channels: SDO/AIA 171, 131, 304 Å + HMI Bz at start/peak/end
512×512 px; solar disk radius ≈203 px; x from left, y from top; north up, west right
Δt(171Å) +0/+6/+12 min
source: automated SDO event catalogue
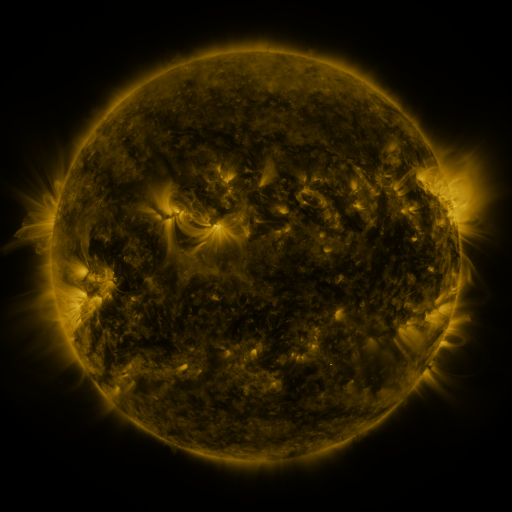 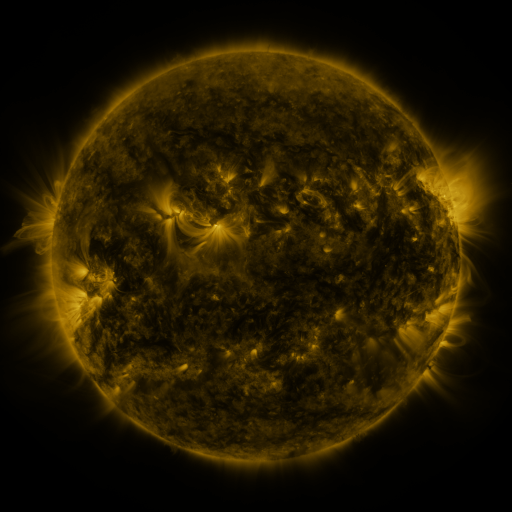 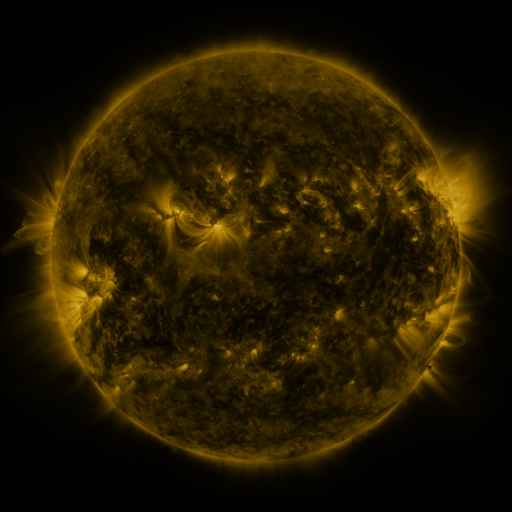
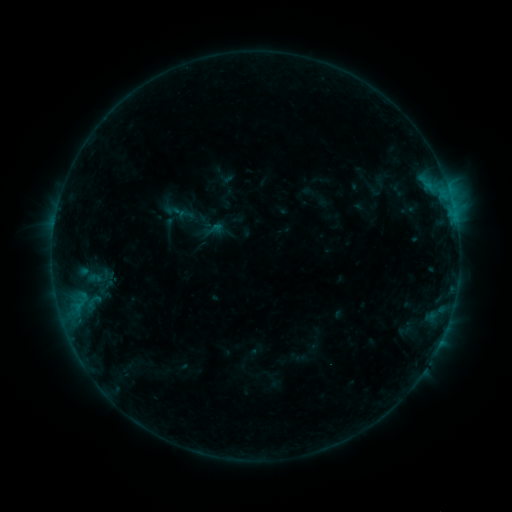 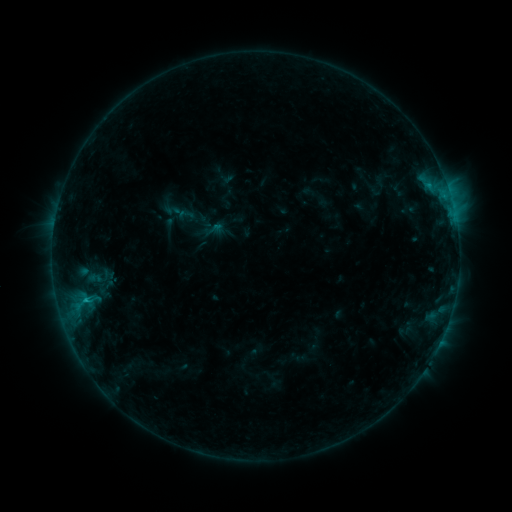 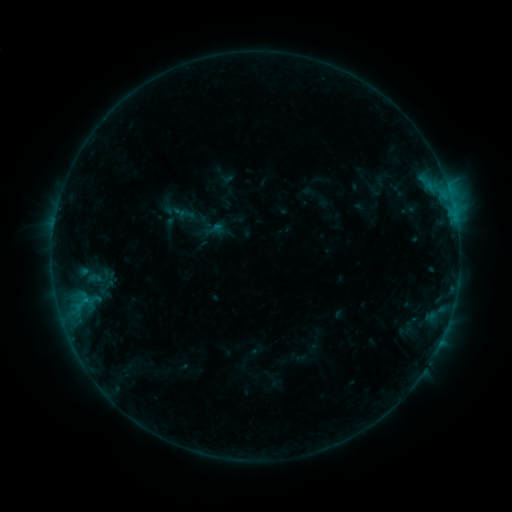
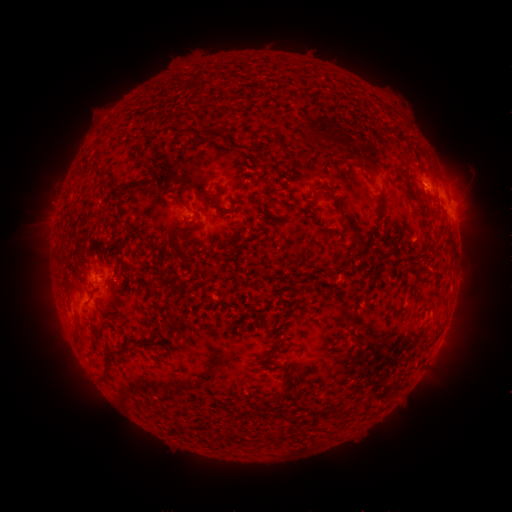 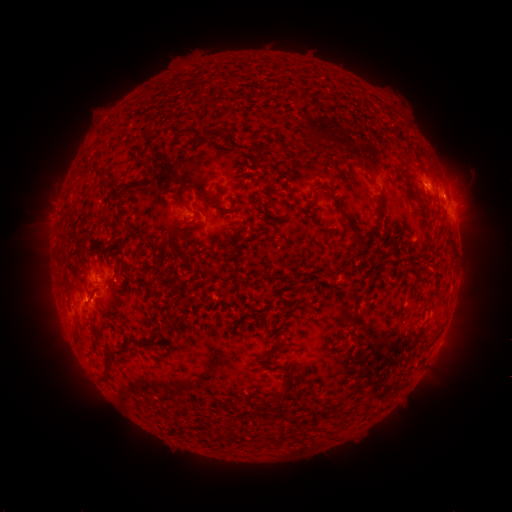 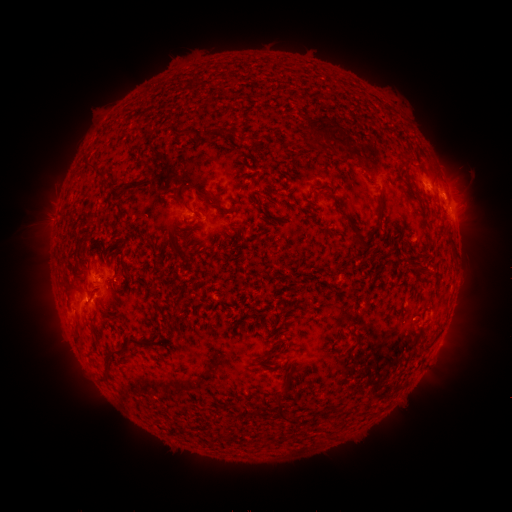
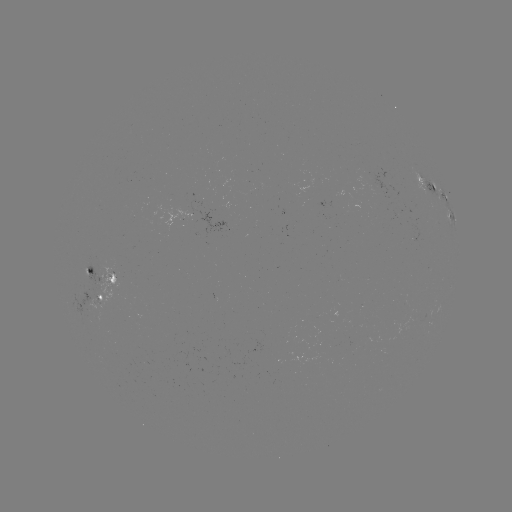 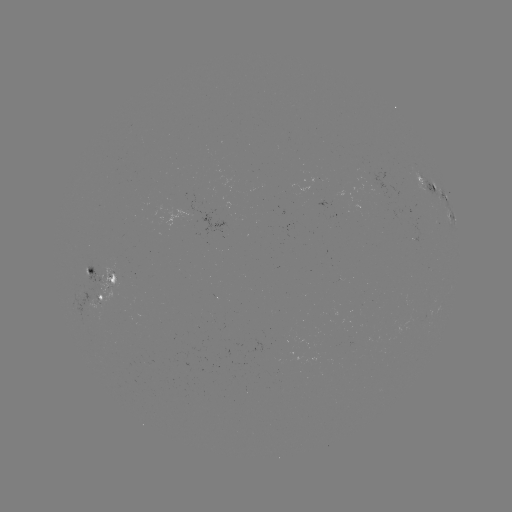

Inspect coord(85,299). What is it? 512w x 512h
B7.4 flare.